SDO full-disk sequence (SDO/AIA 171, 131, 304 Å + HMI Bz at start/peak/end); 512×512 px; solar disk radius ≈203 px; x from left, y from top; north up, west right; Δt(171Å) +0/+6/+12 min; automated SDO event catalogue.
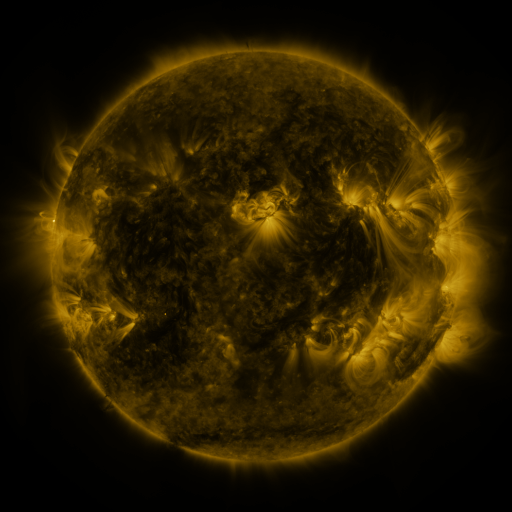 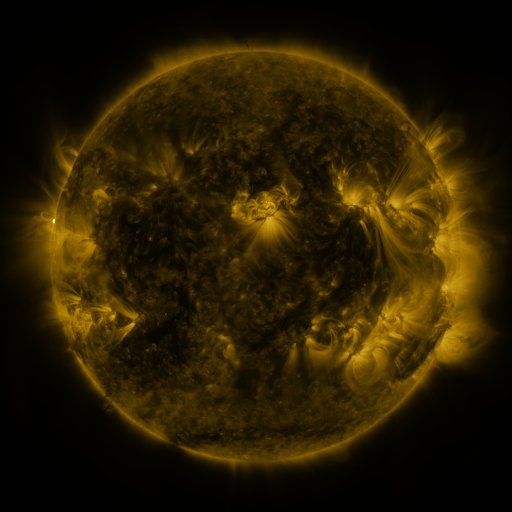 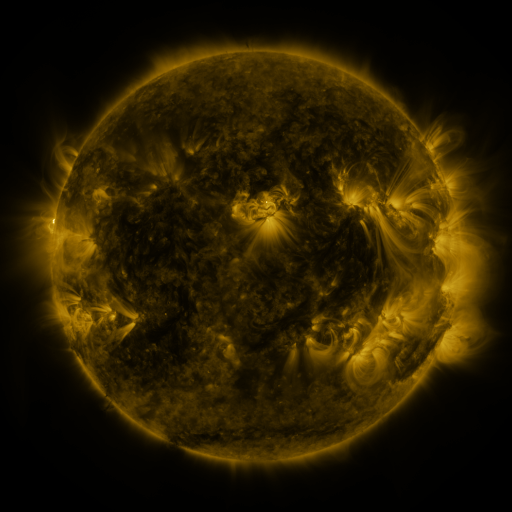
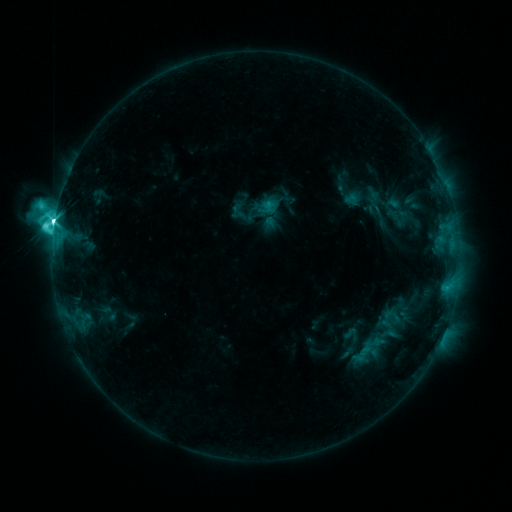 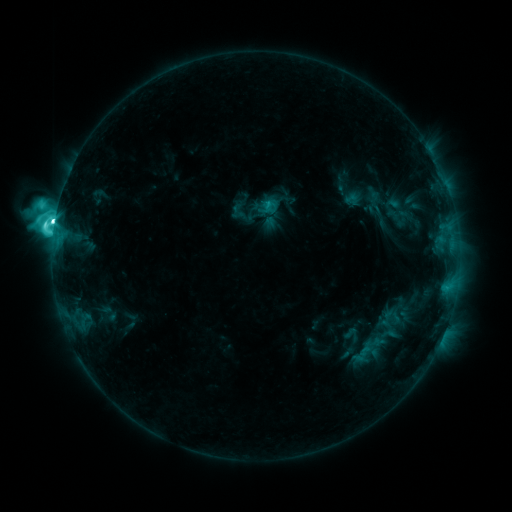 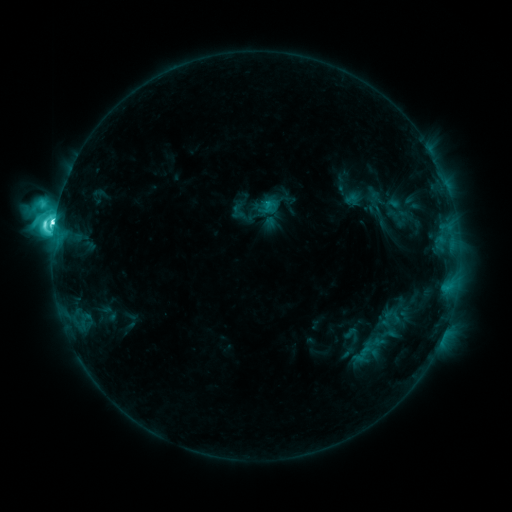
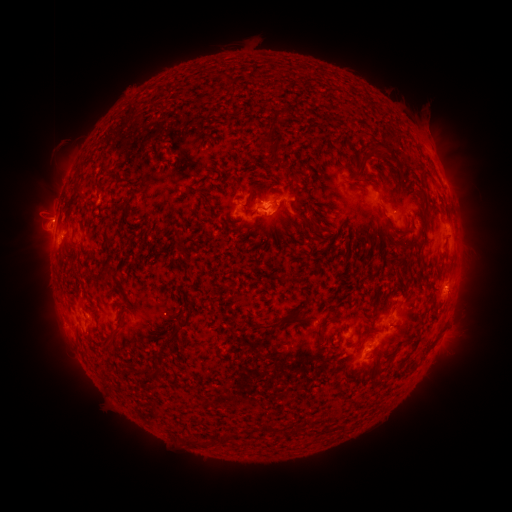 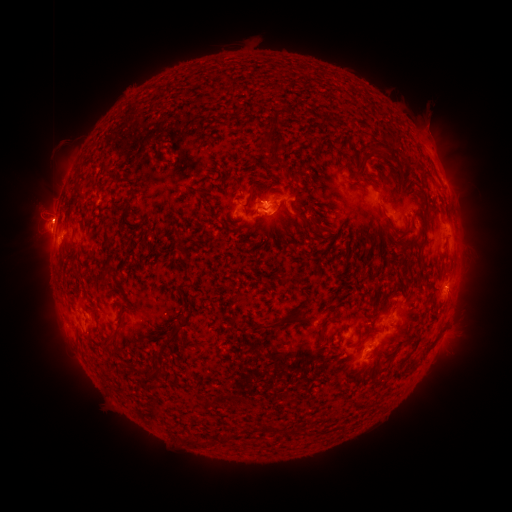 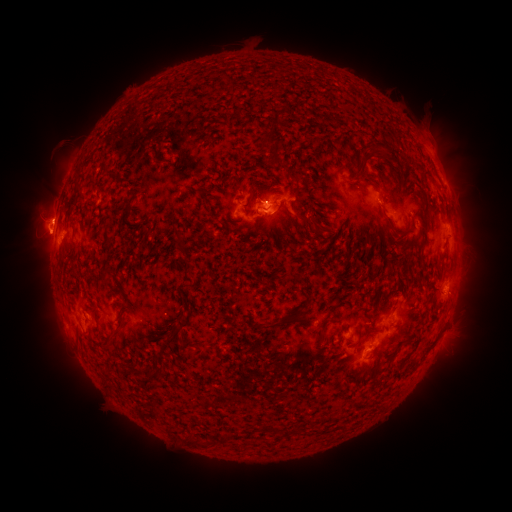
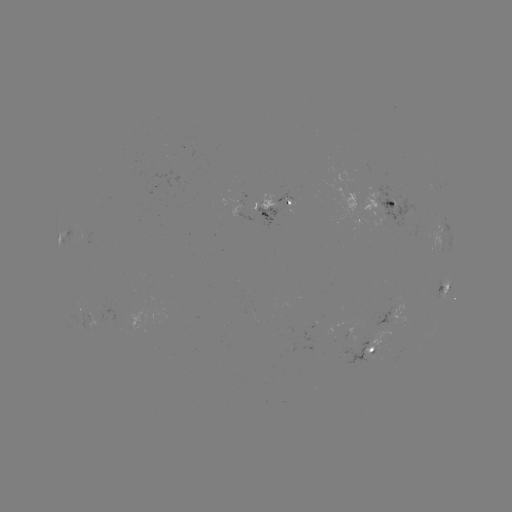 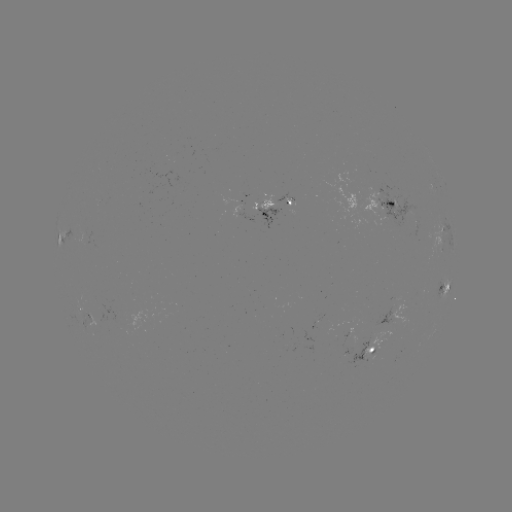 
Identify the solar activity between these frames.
eruption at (36, 231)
